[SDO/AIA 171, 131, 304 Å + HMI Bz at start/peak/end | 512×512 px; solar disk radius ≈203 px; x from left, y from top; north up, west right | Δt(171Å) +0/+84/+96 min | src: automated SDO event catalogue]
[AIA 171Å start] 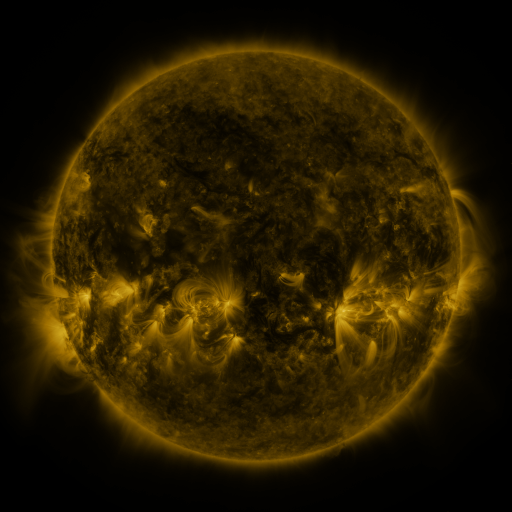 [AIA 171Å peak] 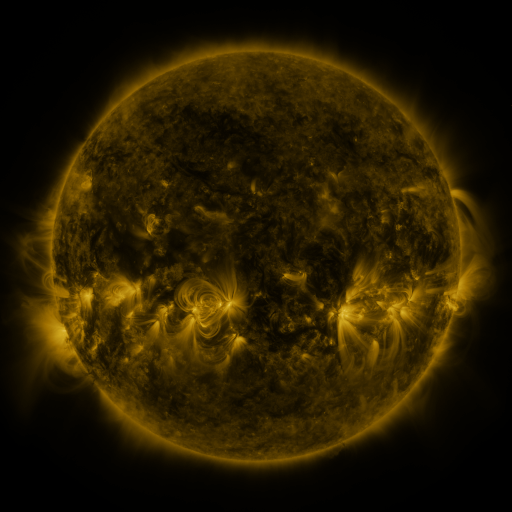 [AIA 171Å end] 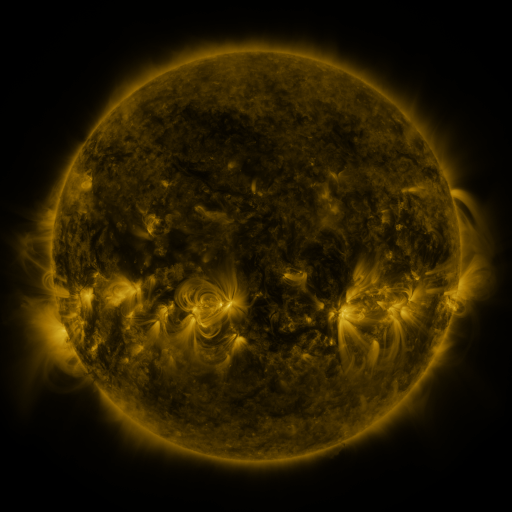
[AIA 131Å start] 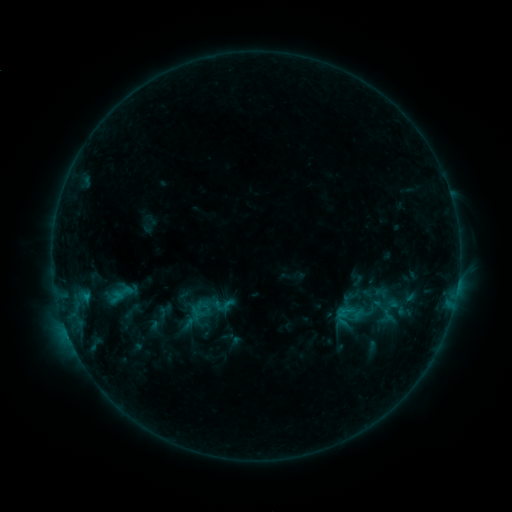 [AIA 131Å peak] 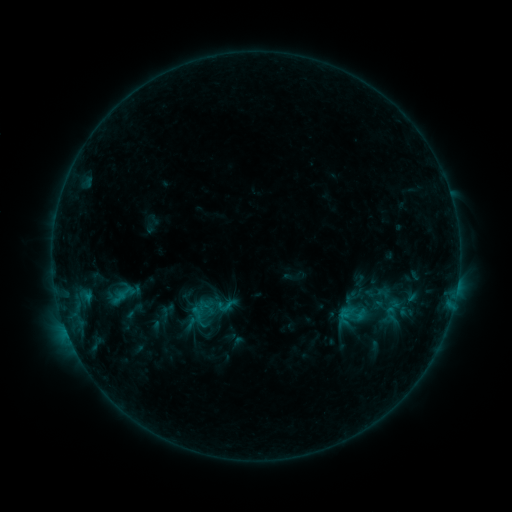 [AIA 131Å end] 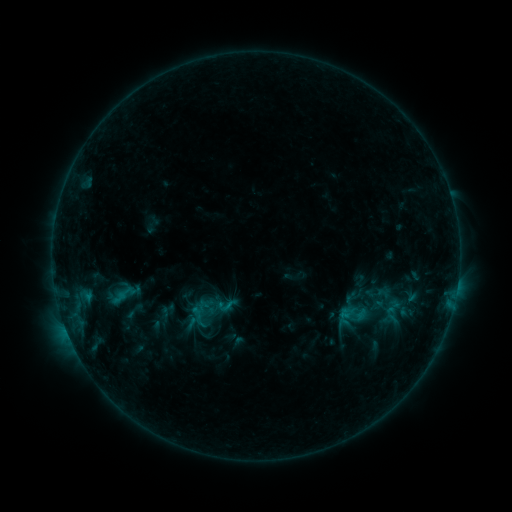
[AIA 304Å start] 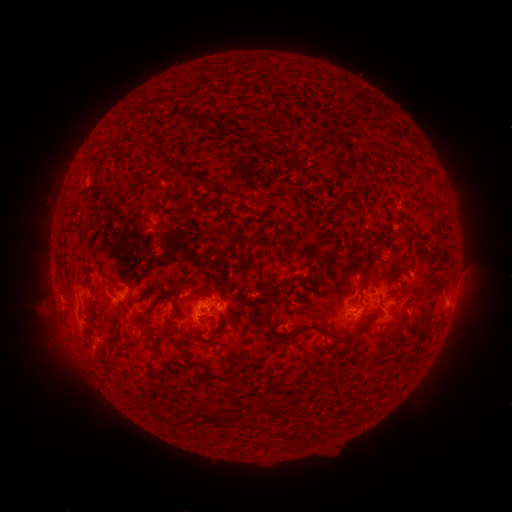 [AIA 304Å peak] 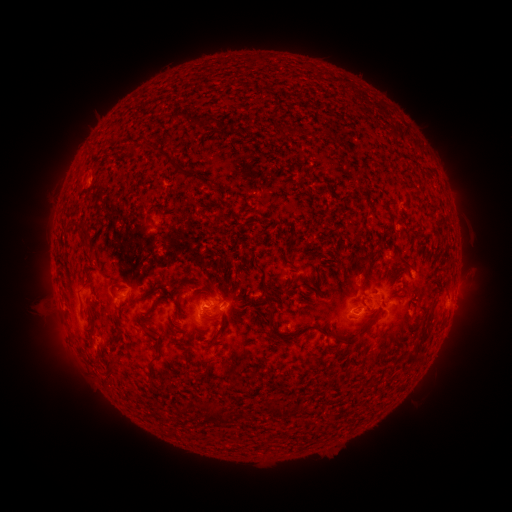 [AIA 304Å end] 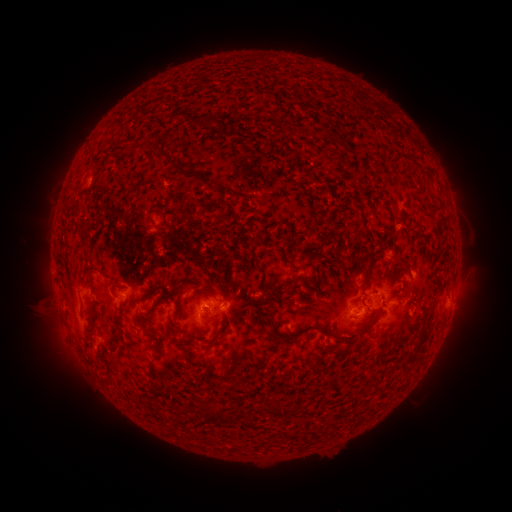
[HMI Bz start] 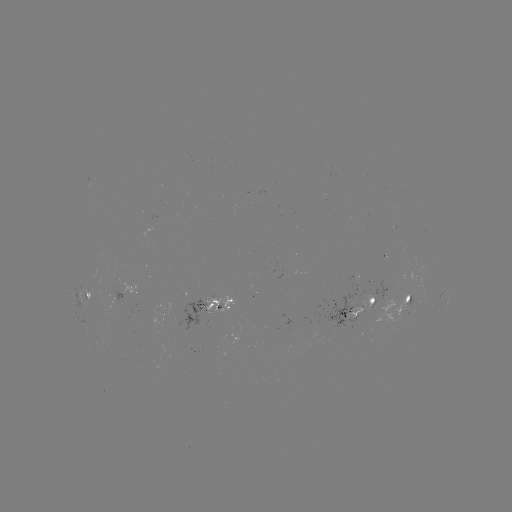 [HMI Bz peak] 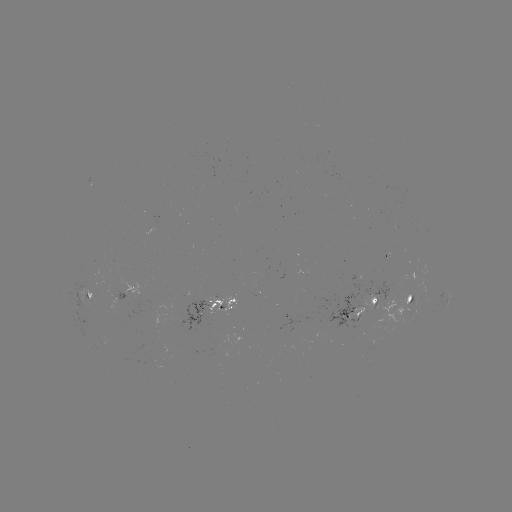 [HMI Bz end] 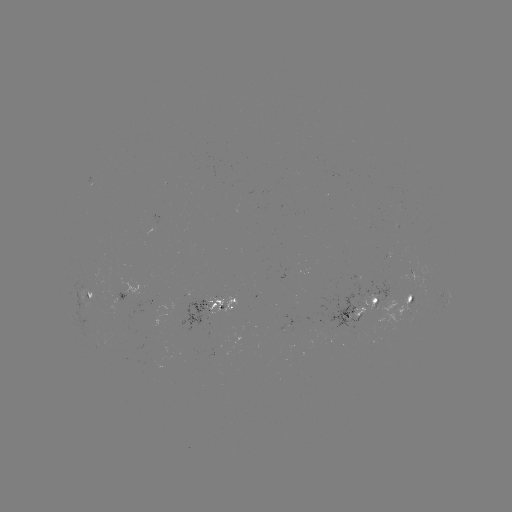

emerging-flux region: [358, 296, 375, 311]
